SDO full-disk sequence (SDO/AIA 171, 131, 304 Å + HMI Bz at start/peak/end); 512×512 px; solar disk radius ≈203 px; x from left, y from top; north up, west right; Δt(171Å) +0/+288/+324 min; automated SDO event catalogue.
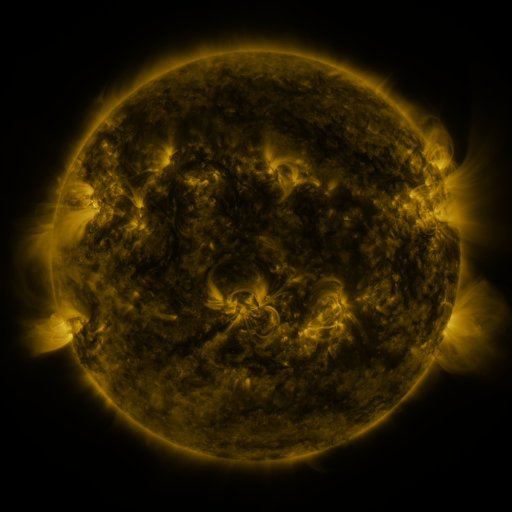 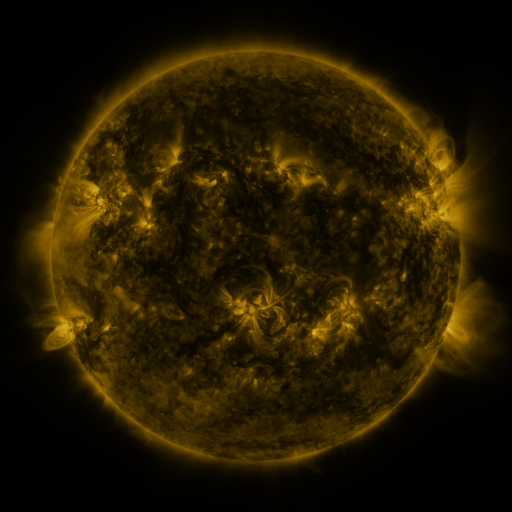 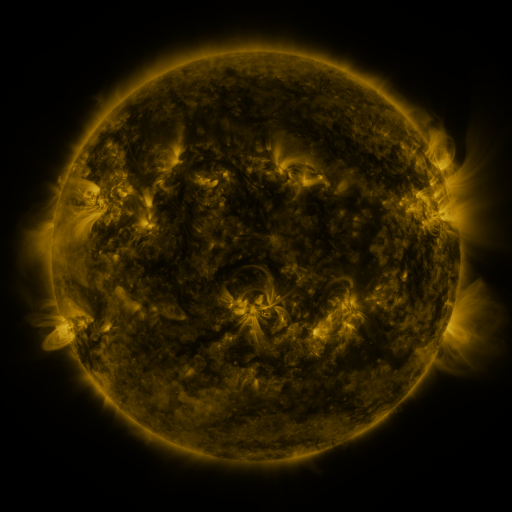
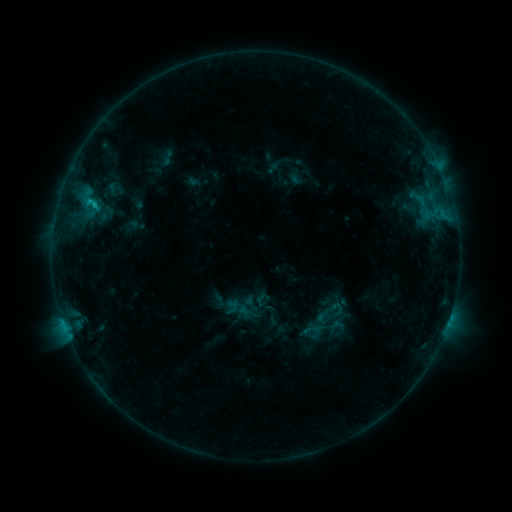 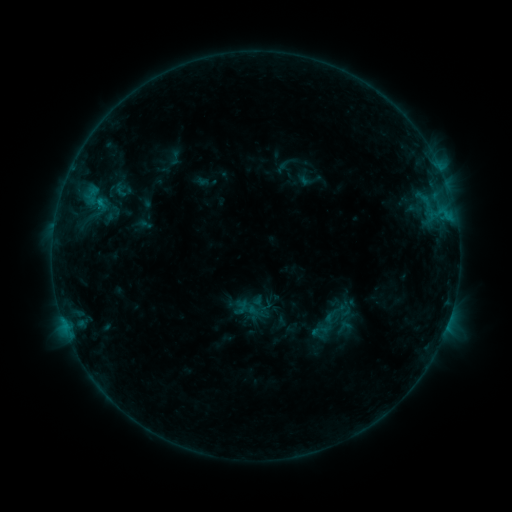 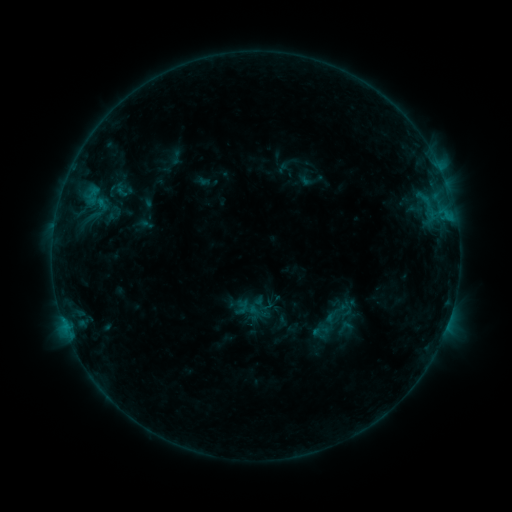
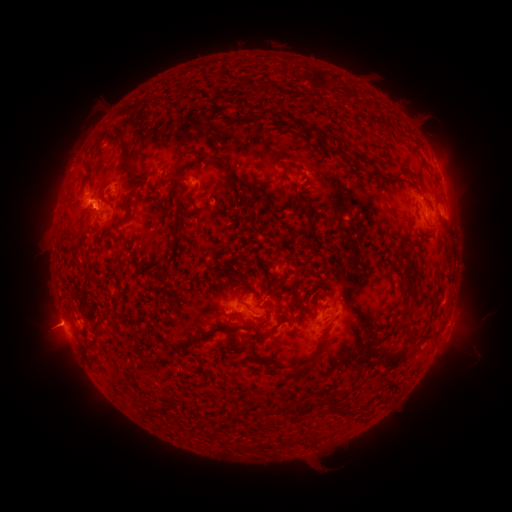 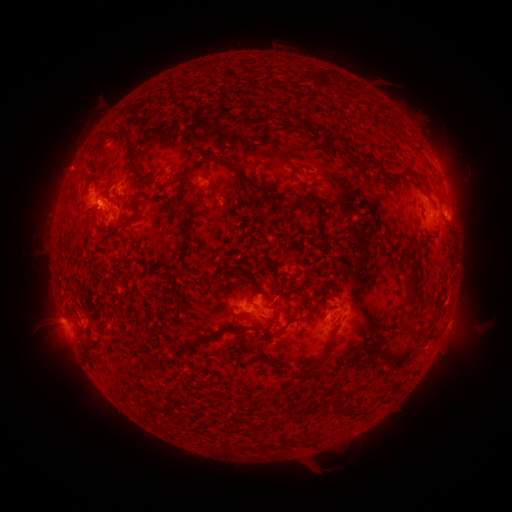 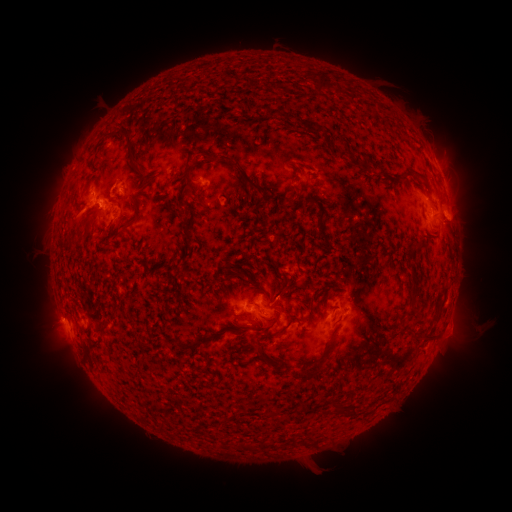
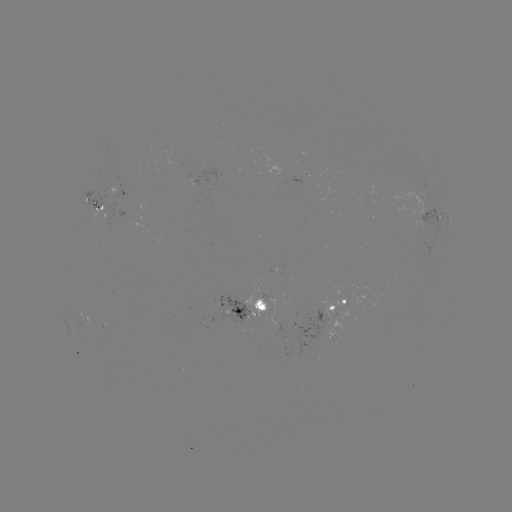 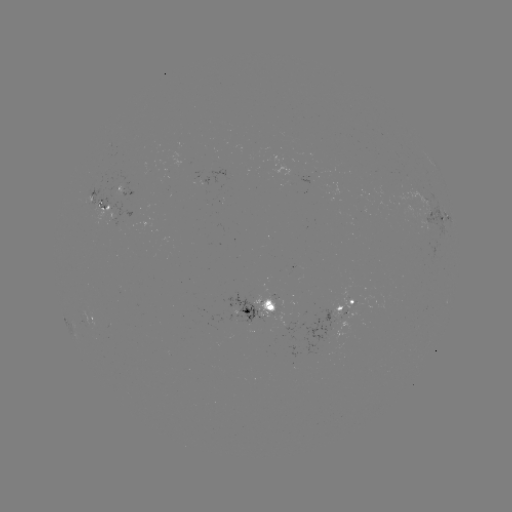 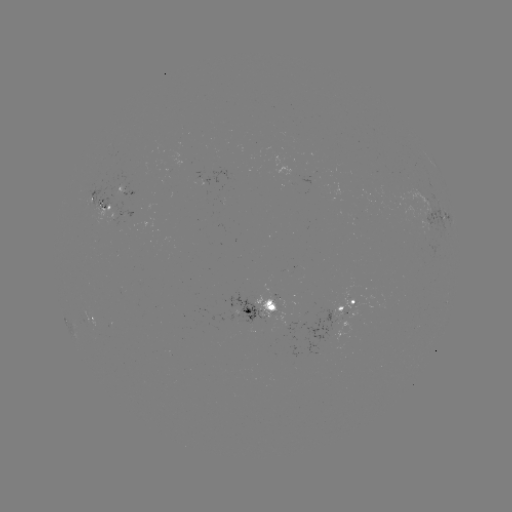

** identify emerging-flux region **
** [312, 178] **